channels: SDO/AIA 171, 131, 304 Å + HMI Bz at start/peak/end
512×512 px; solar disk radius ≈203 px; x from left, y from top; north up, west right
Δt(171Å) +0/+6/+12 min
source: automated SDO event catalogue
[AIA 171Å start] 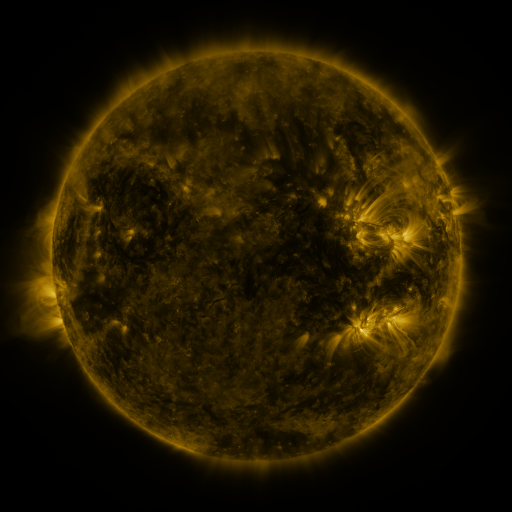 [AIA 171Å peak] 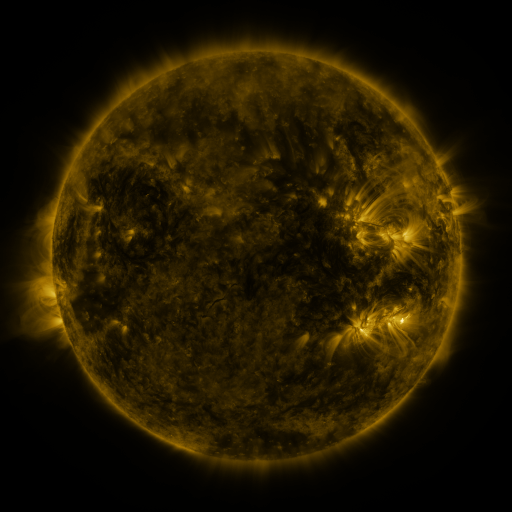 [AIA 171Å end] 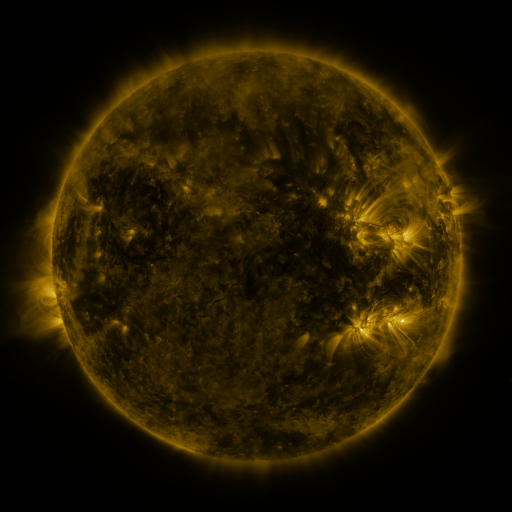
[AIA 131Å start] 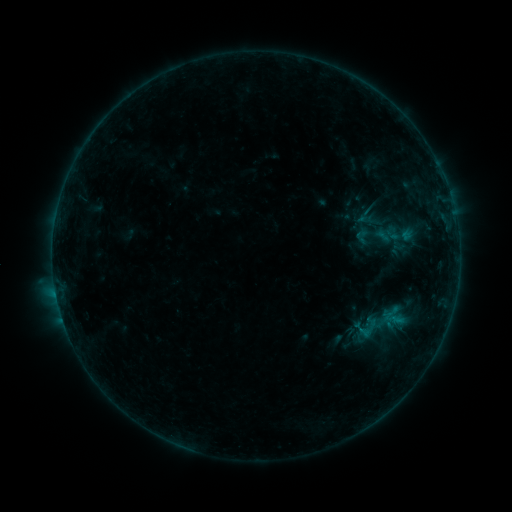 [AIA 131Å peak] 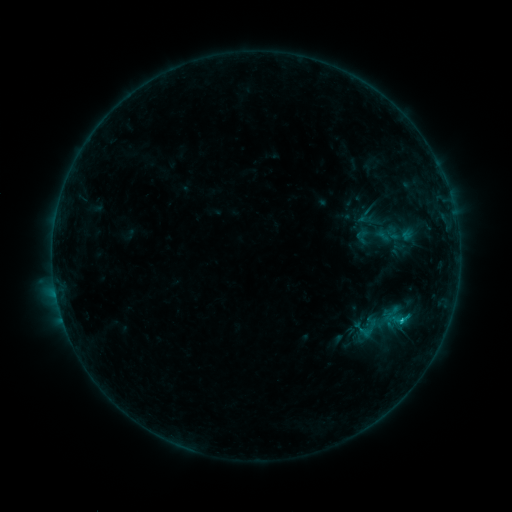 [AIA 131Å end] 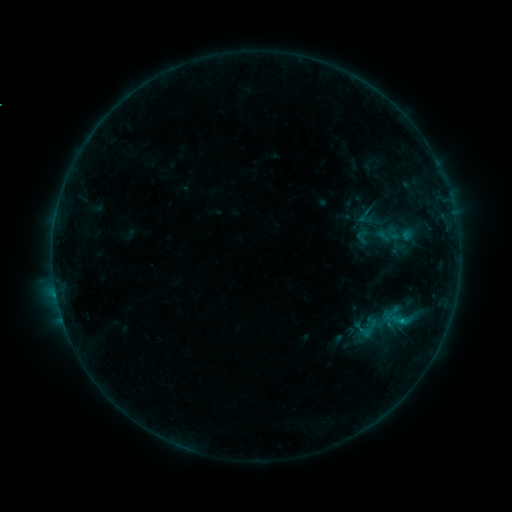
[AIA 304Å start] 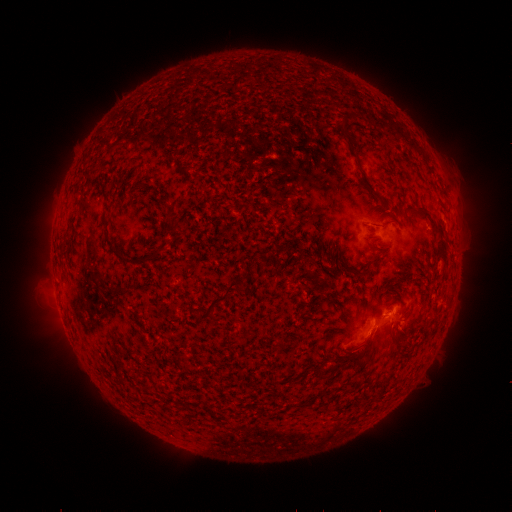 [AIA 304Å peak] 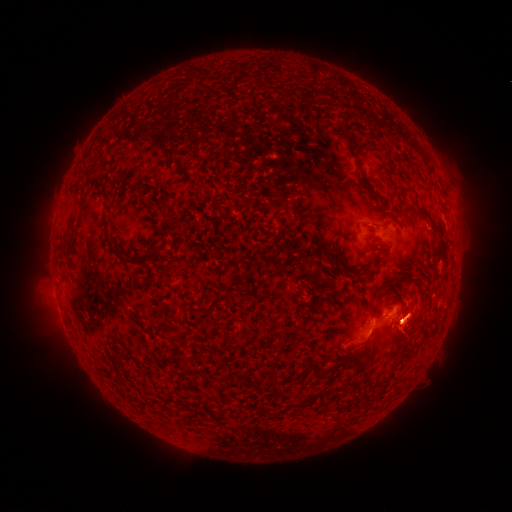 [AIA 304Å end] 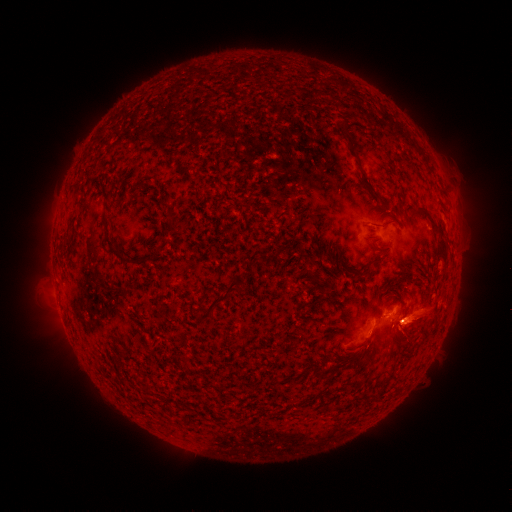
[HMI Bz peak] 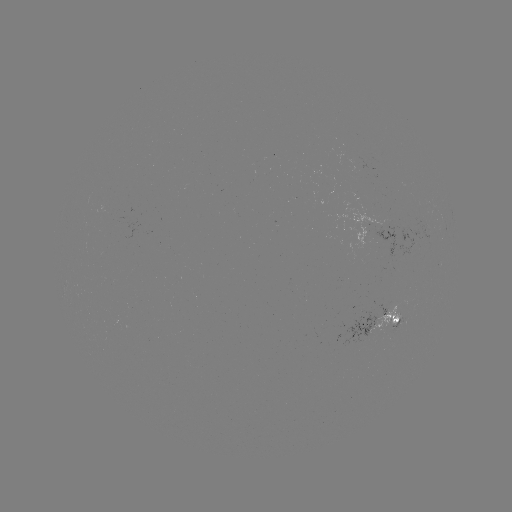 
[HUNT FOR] B5.9 flare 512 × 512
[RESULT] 400,319